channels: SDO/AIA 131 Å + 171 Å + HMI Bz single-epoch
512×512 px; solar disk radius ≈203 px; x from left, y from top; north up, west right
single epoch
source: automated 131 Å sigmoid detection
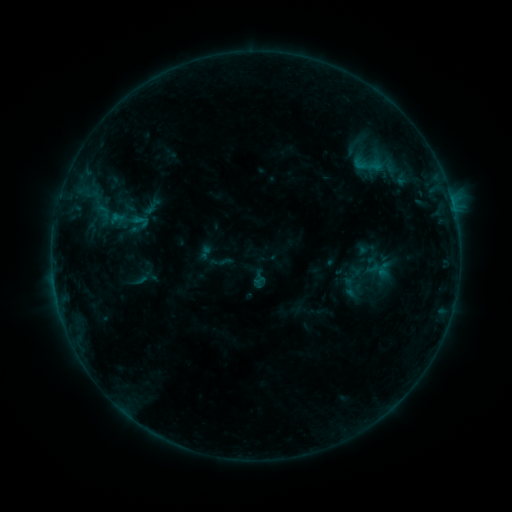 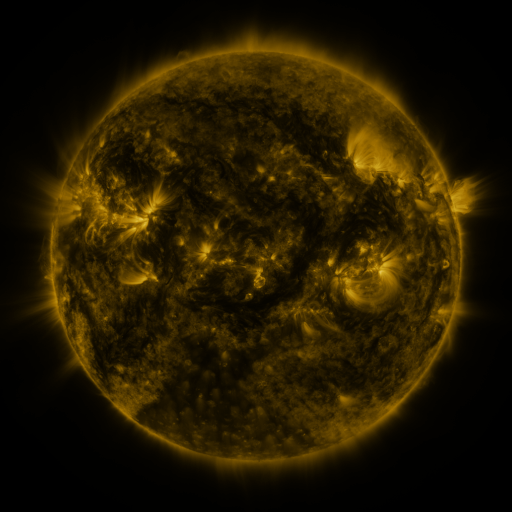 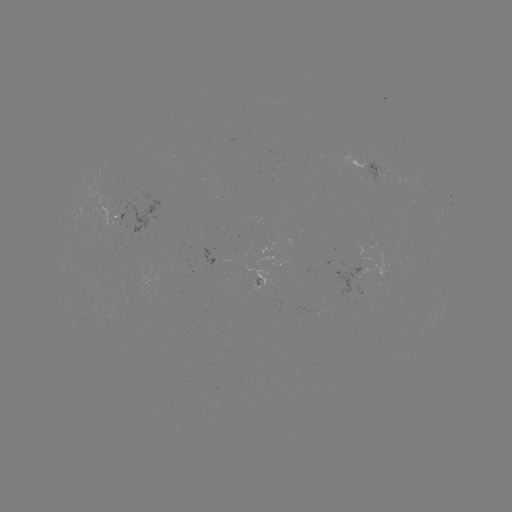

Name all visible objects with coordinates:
sigmoid: [109, 199, 153, 243]
sigmoid: [196, 243, 214, 261]
sigmoid: [253, 276, 267, 290]
